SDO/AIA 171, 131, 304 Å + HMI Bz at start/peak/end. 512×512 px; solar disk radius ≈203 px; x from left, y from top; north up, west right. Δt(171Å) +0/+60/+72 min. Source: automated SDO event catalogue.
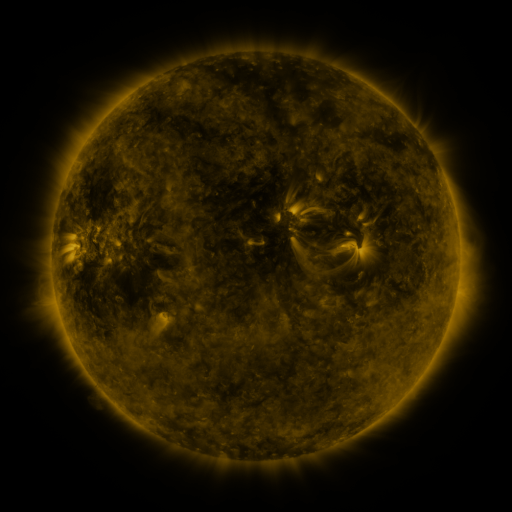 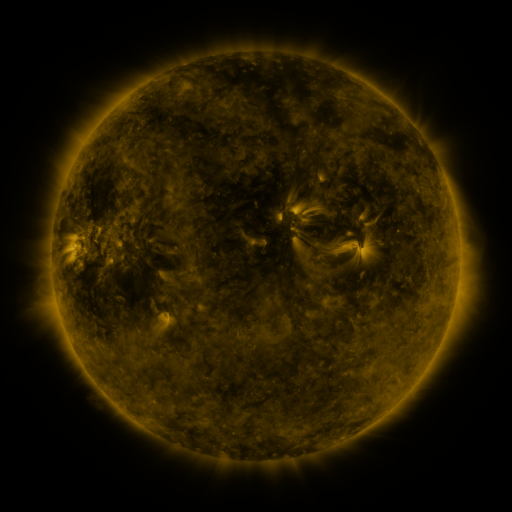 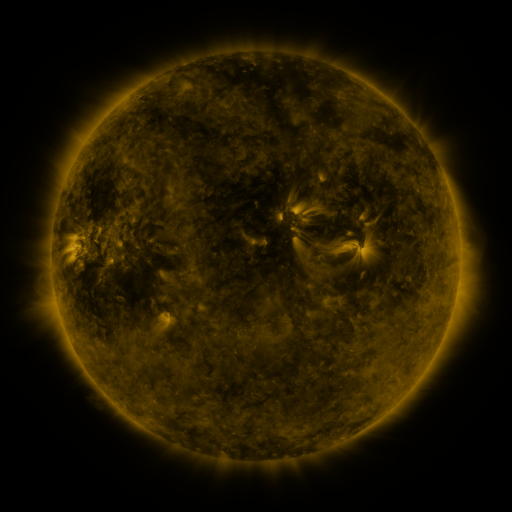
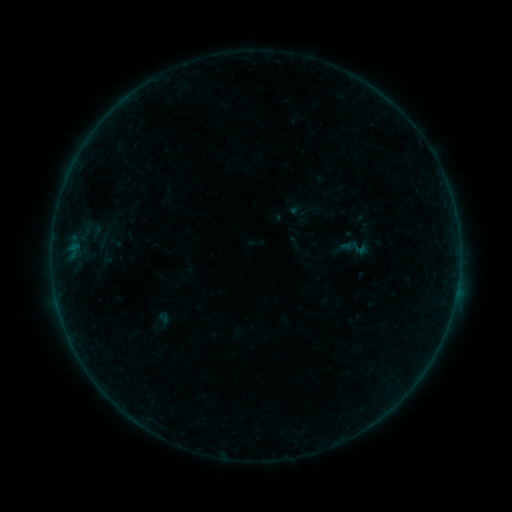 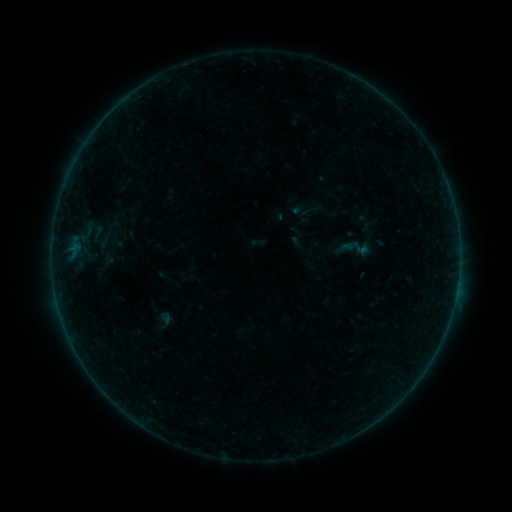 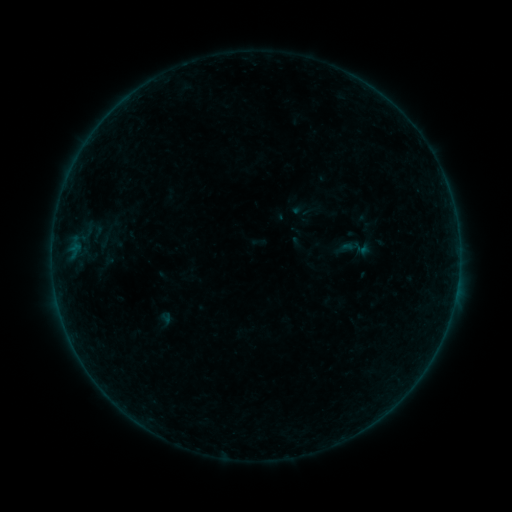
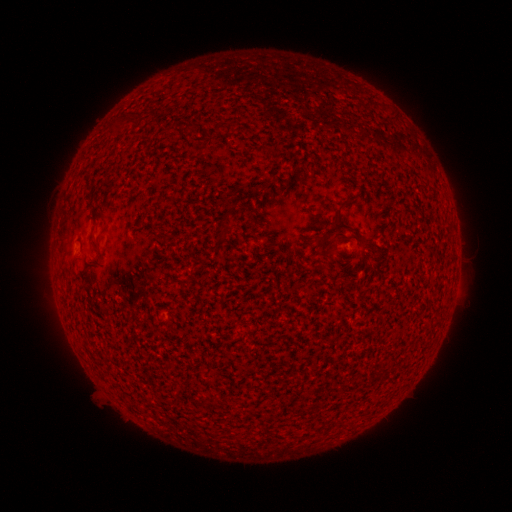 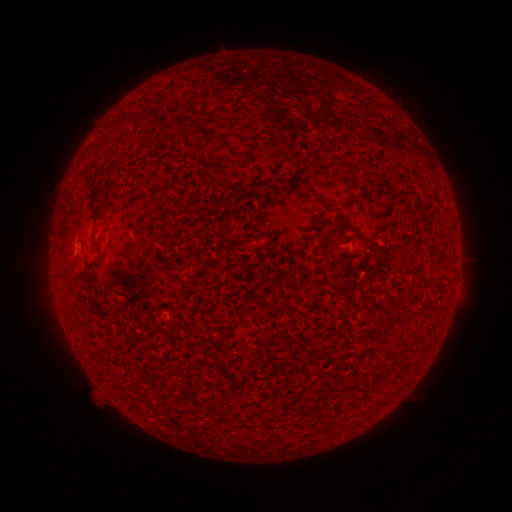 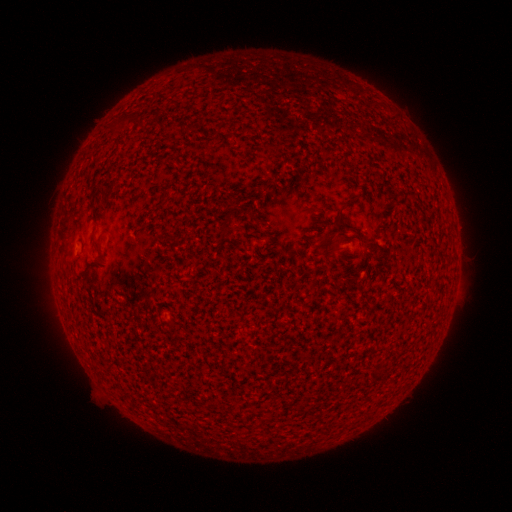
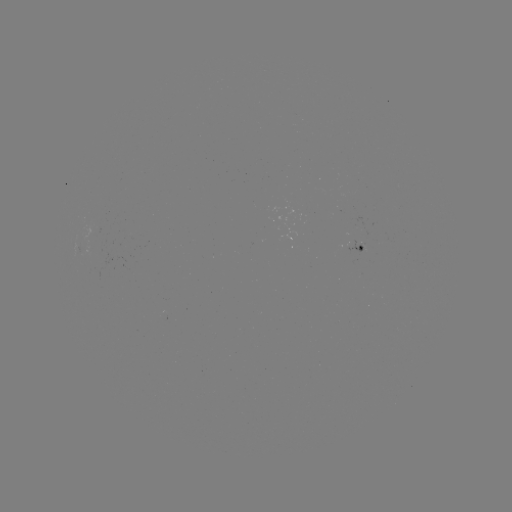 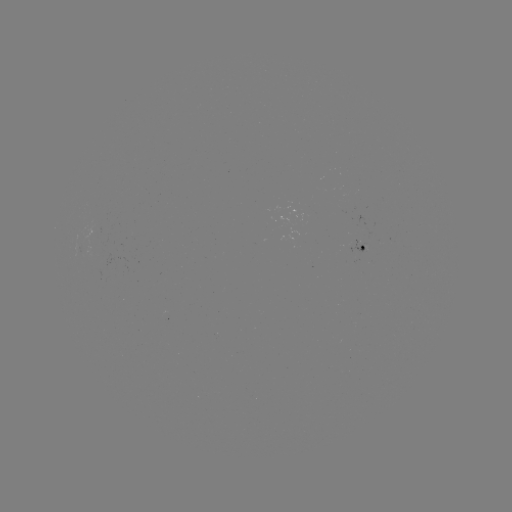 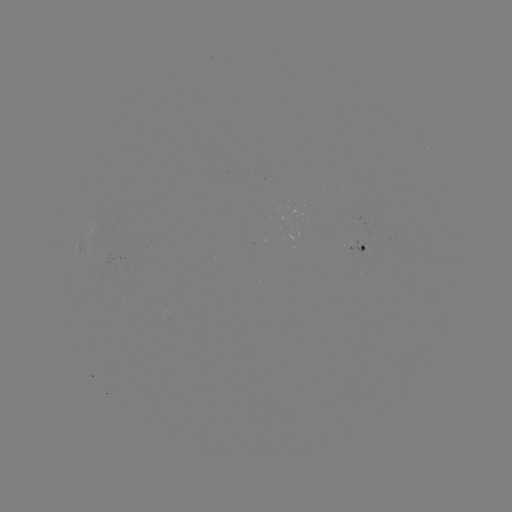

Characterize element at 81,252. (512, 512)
emerging-flux region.